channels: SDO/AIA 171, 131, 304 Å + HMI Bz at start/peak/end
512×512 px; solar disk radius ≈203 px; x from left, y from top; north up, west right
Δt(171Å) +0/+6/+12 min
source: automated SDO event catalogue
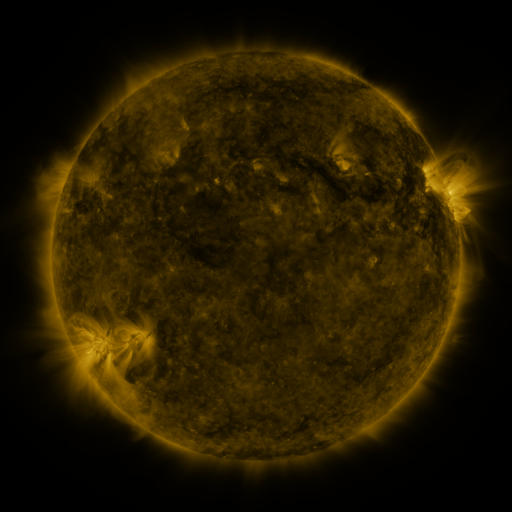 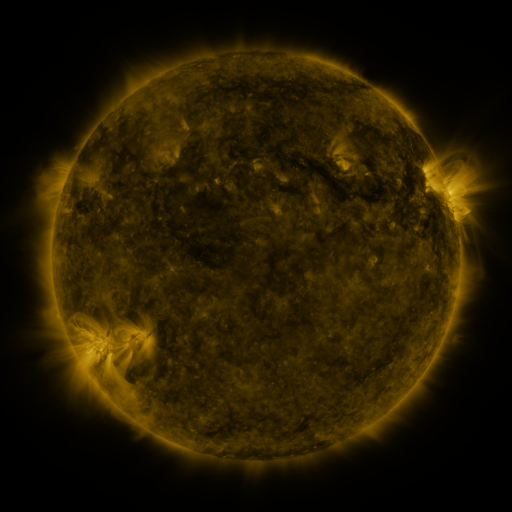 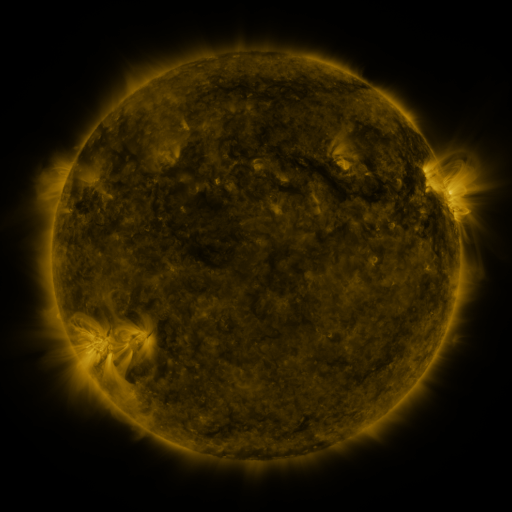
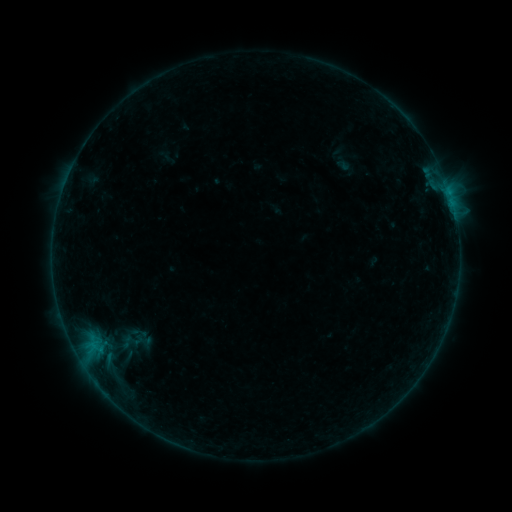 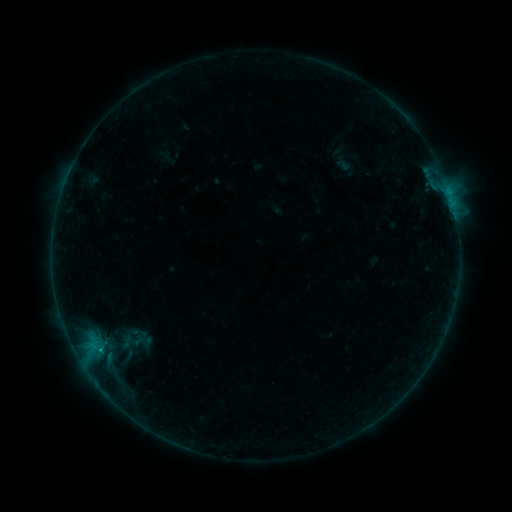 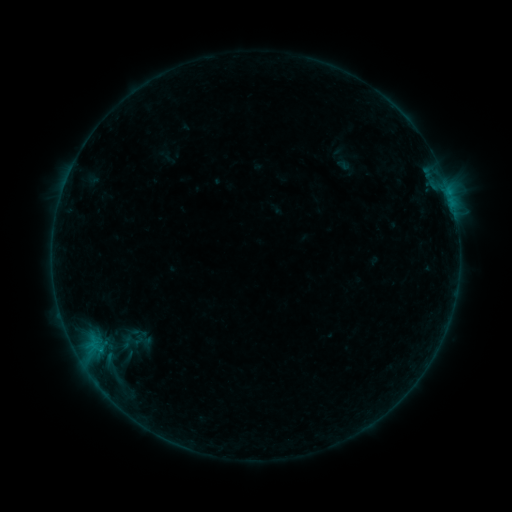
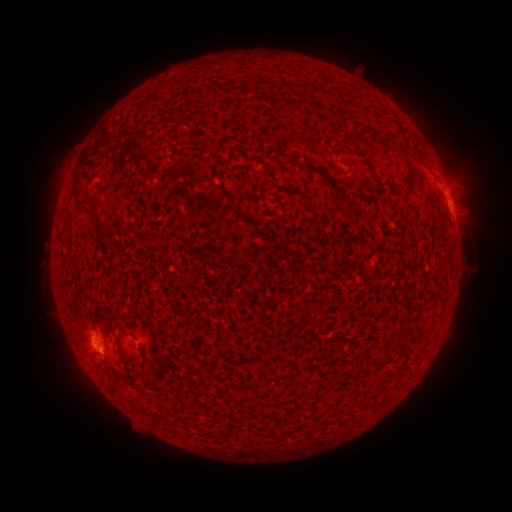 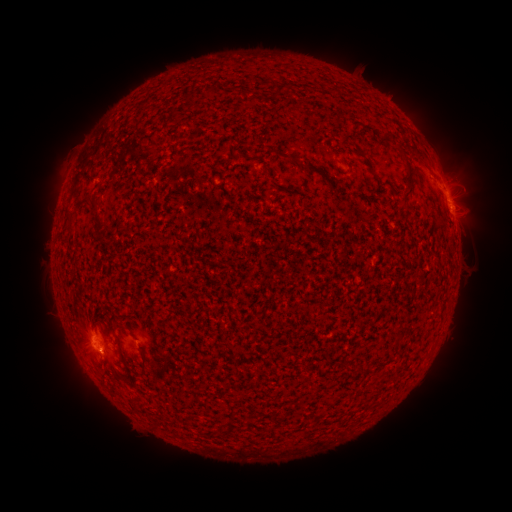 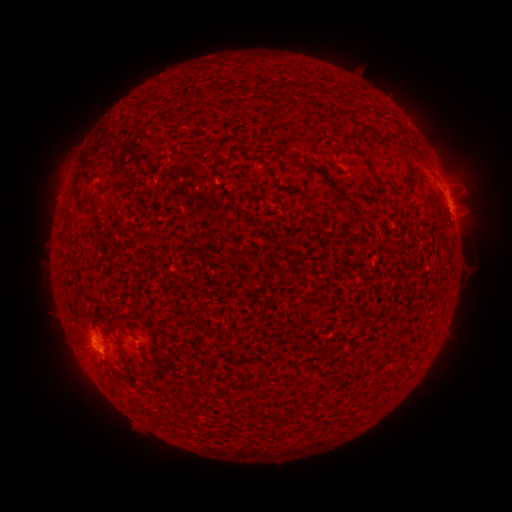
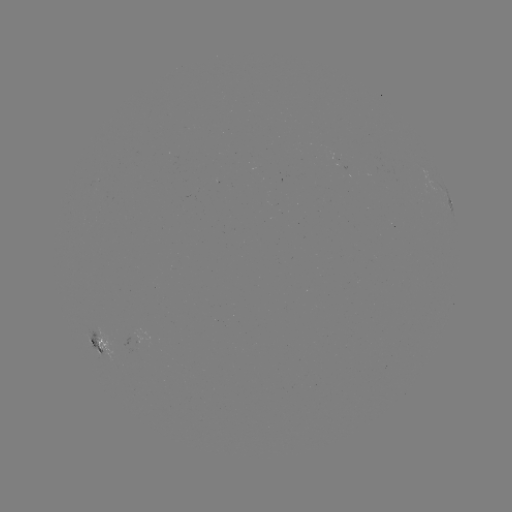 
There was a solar flare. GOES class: B3.2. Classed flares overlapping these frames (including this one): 1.